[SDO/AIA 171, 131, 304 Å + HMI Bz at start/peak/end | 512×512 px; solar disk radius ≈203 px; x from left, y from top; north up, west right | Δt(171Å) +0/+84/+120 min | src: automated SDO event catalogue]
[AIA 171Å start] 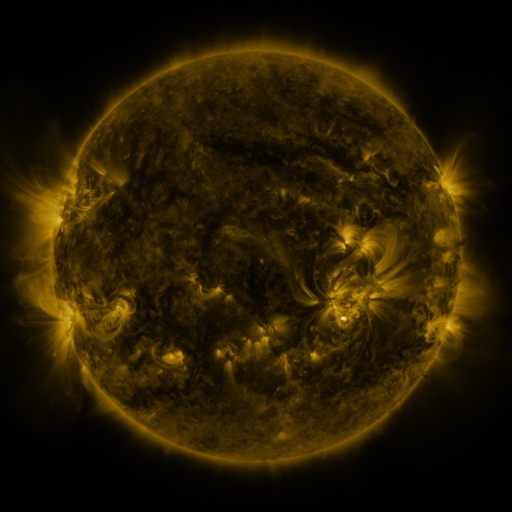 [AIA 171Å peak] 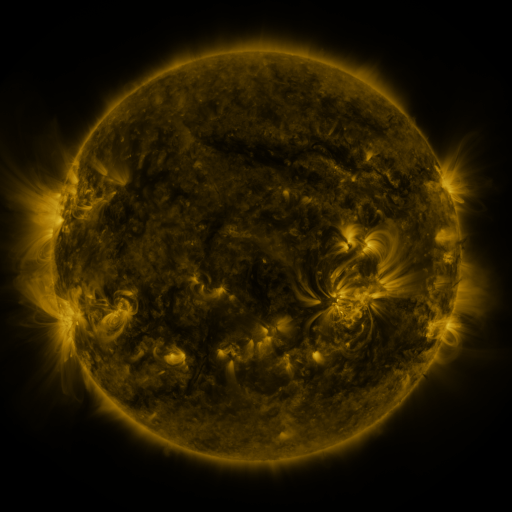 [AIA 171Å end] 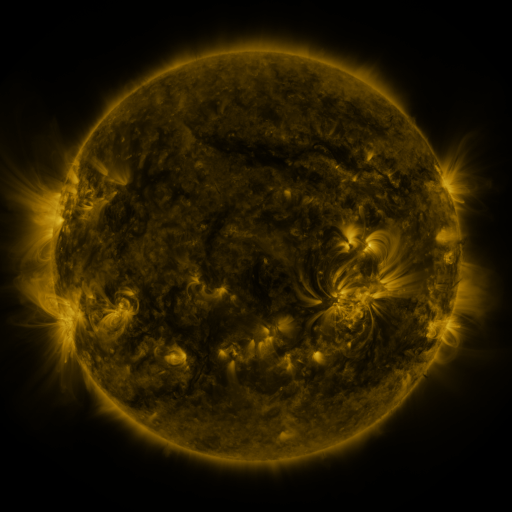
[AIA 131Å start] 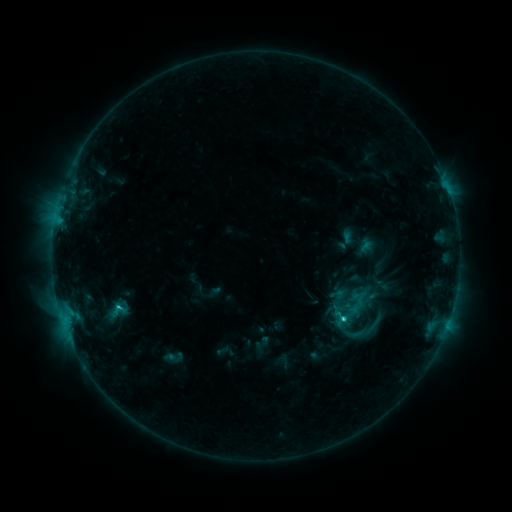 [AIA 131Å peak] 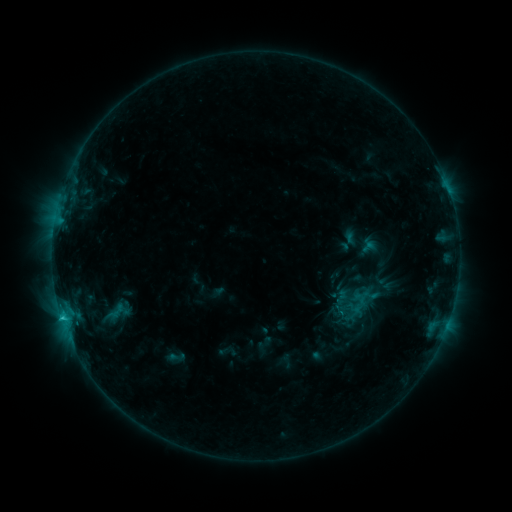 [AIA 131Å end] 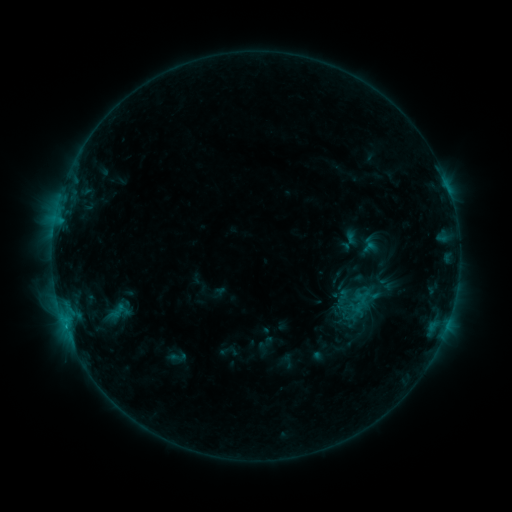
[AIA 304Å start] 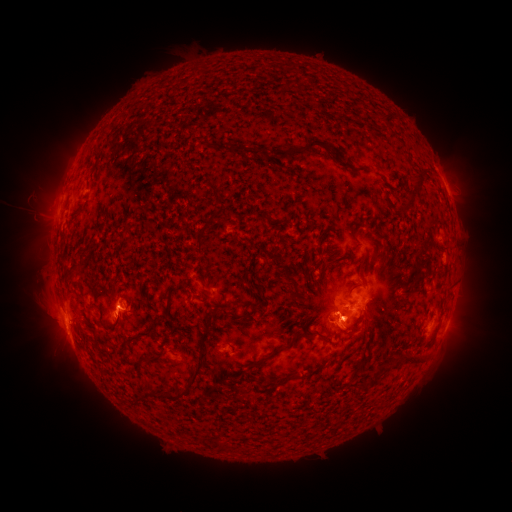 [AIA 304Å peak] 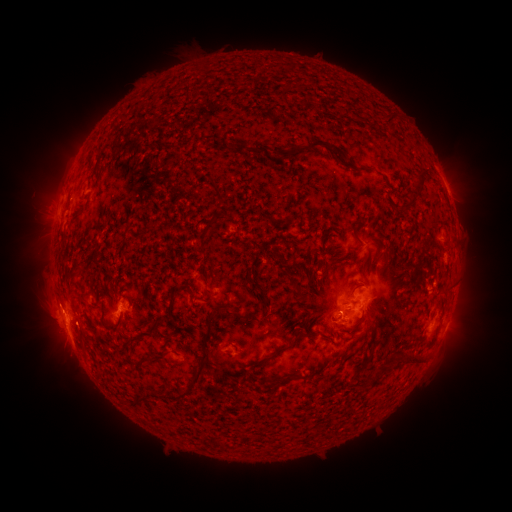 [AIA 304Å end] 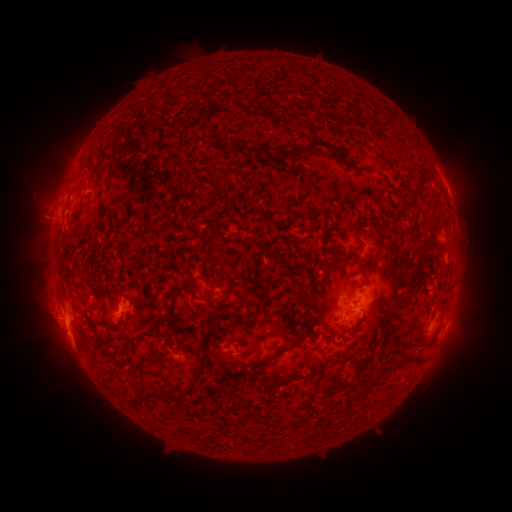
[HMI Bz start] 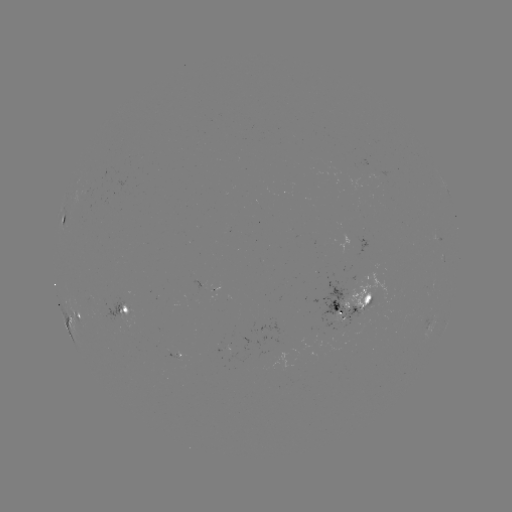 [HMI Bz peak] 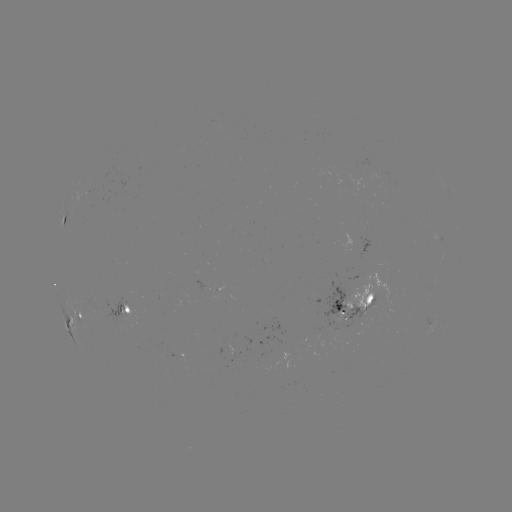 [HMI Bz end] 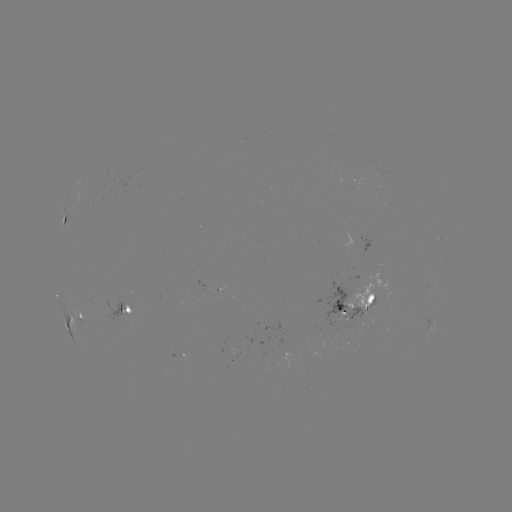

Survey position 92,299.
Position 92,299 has emerging-flux region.